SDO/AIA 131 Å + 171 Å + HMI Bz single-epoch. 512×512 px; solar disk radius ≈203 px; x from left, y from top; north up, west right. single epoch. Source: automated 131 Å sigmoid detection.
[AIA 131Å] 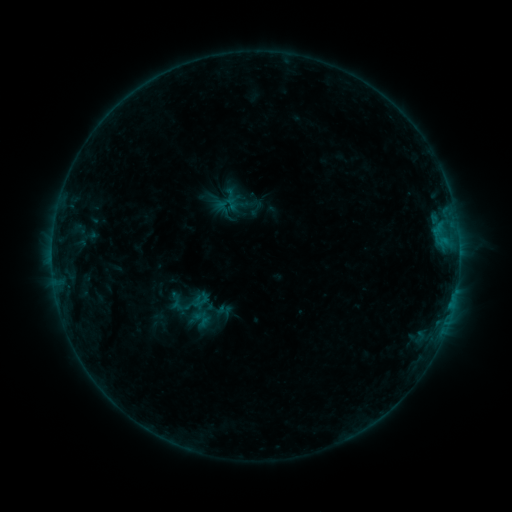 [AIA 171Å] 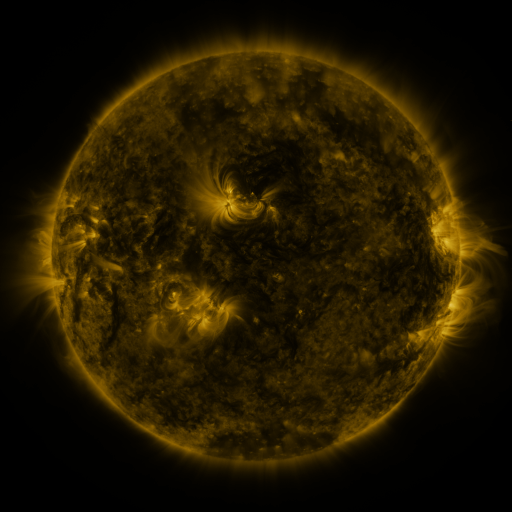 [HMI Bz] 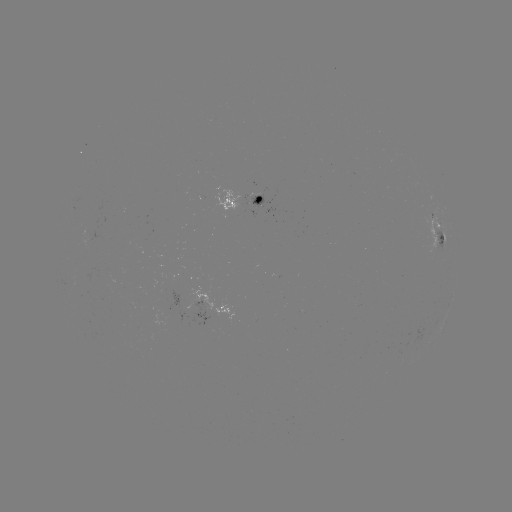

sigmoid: (165, 286, 209, 322)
